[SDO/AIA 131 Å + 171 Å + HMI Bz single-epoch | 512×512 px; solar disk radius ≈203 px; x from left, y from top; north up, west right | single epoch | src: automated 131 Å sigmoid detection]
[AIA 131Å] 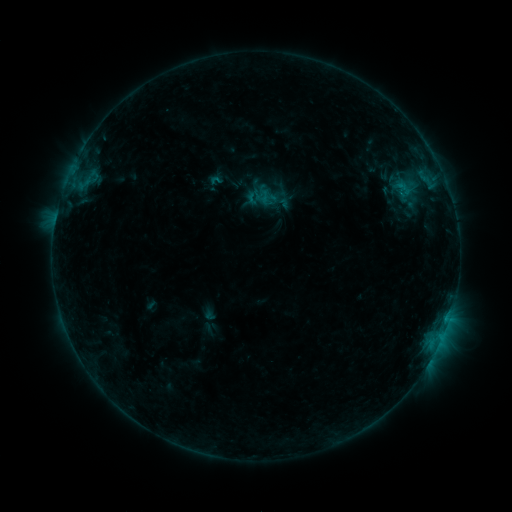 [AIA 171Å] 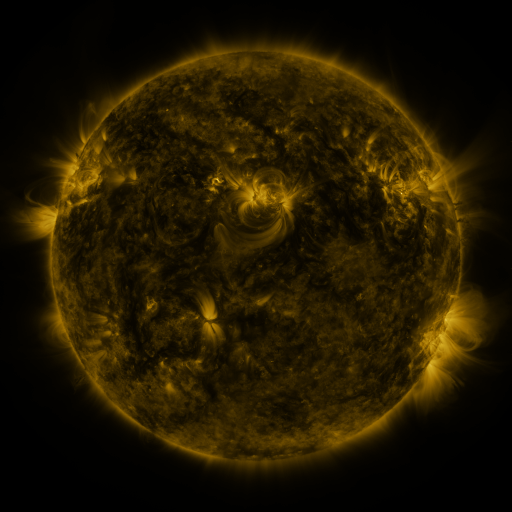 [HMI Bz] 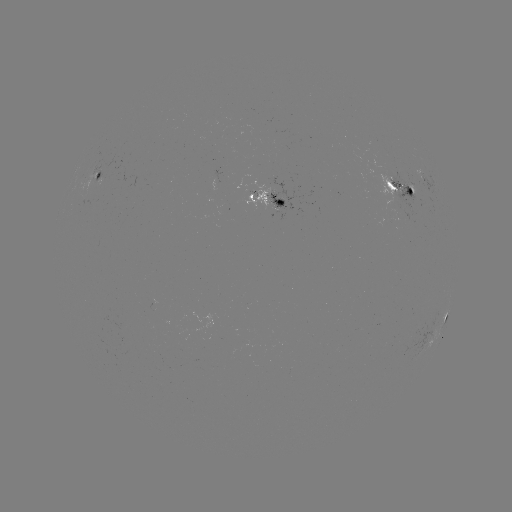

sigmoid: [392, 187, 423, 213]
